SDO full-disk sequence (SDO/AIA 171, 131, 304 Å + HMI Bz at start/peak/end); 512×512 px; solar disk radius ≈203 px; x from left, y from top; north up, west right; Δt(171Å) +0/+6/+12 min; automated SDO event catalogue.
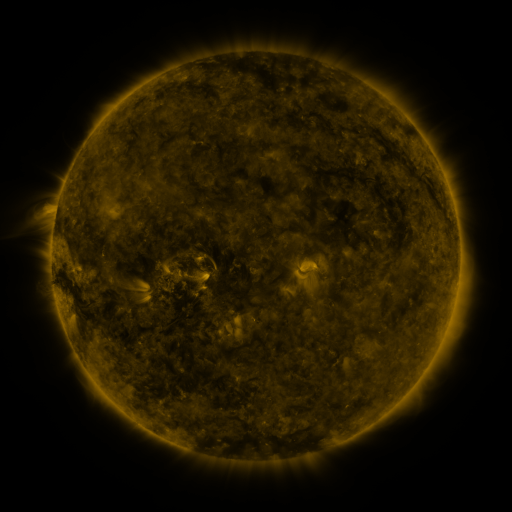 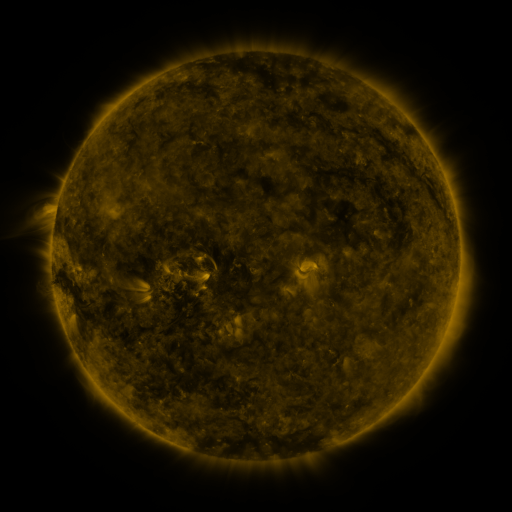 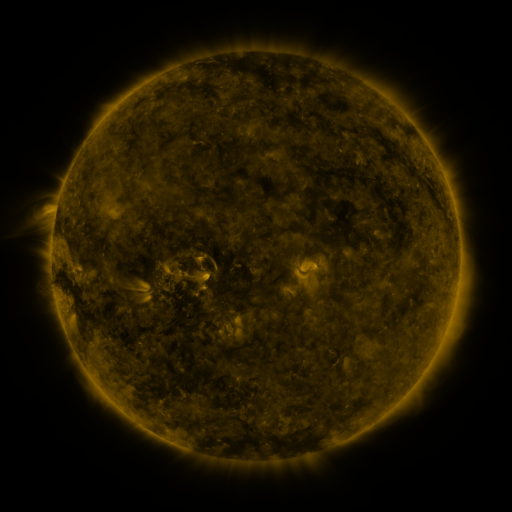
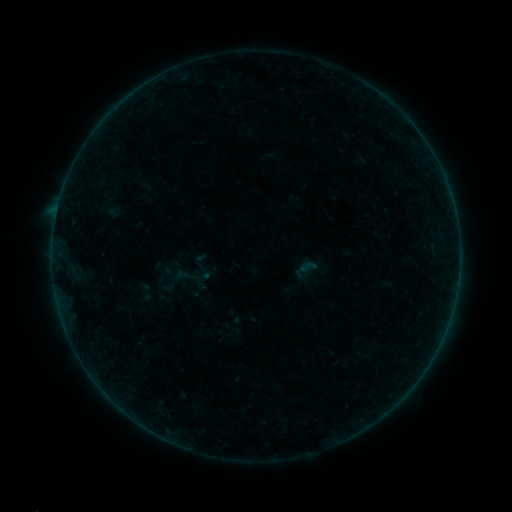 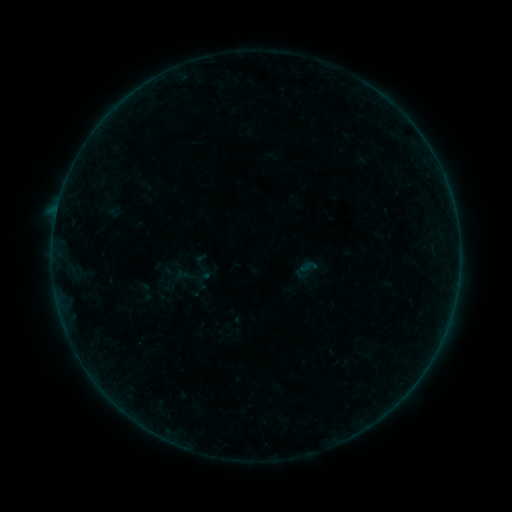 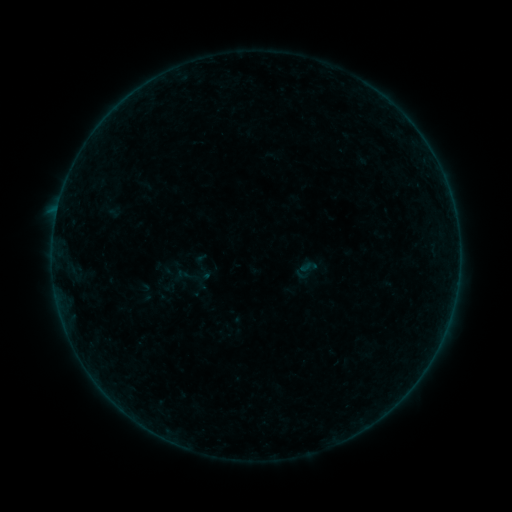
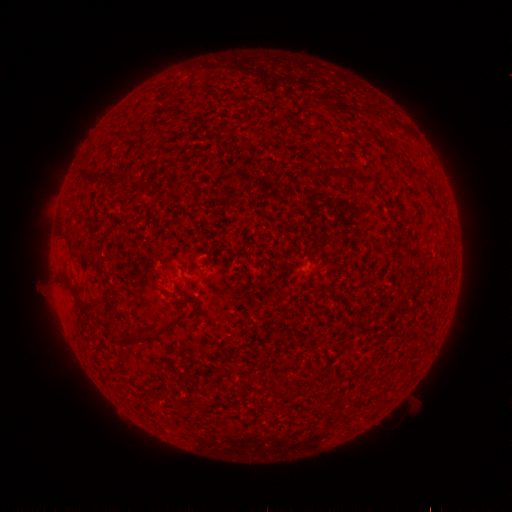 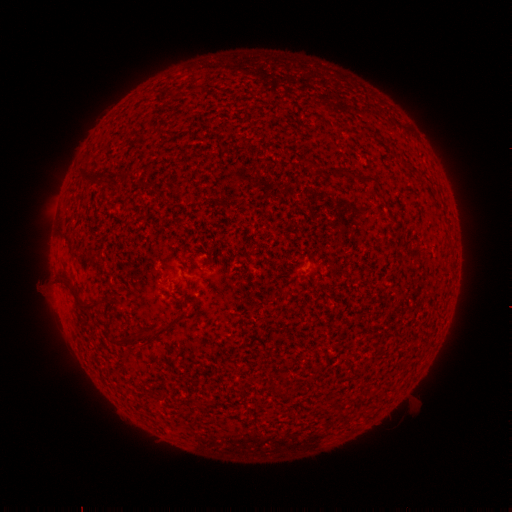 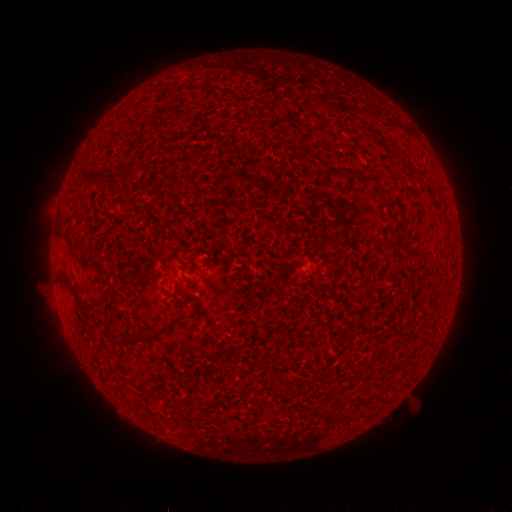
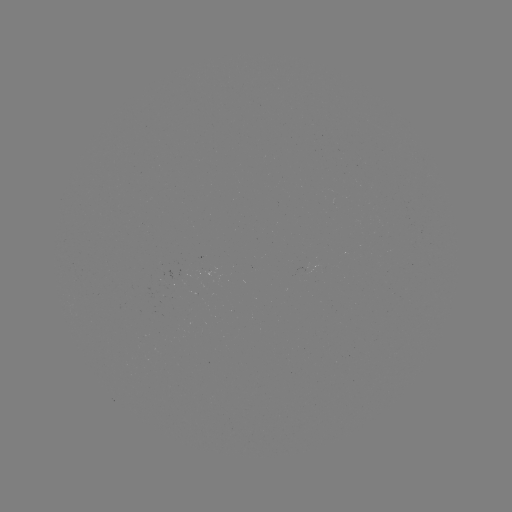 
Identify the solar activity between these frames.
no catalogued flare and no flagged EUV brightening in this window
